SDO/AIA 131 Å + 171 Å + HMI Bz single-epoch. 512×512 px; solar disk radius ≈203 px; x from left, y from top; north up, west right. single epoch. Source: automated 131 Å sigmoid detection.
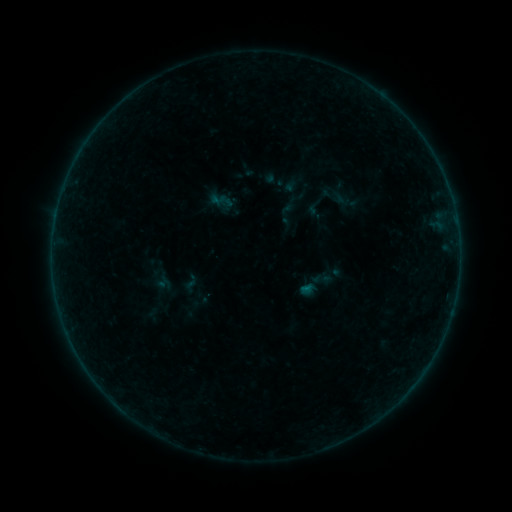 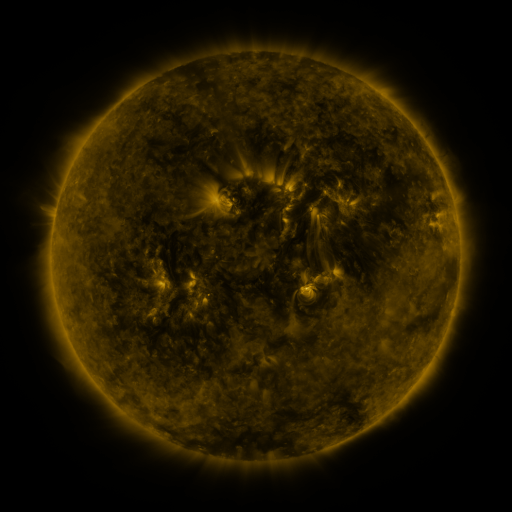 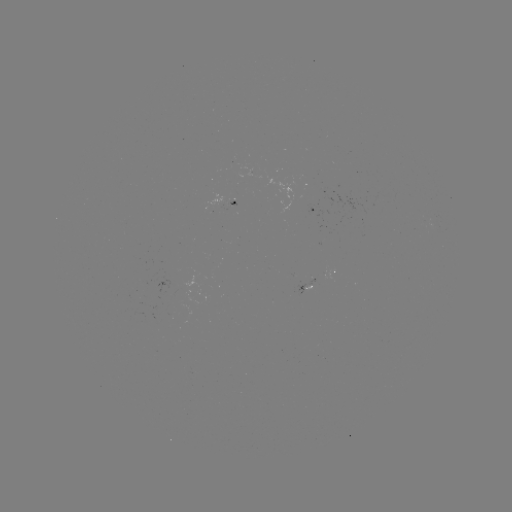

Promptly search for sigmoid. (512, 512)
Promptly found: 314,207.